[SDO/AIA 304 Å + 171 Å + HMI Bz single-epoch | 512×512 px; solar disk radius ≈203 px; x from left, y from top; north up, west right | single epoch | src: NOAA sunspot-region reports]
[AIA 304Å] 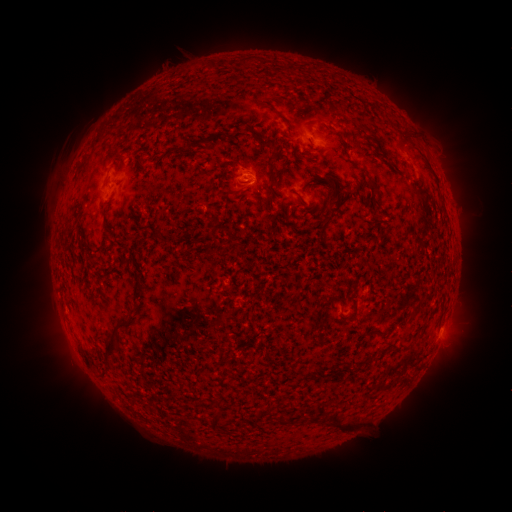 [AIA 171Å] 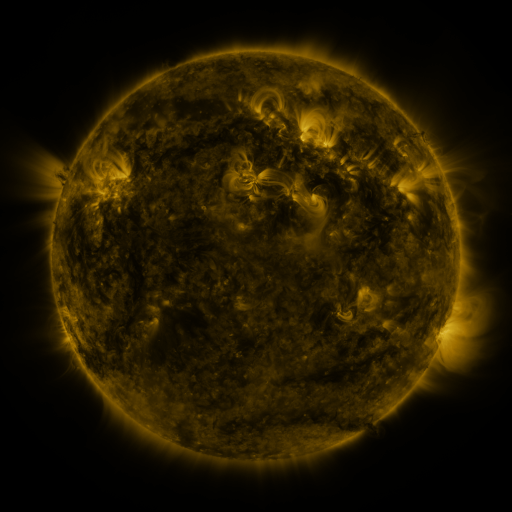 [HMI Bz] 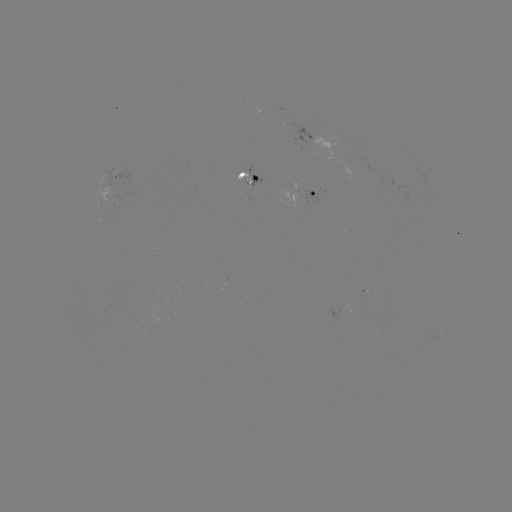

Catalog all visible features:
spotted active region: (311, 137)
spotted active region: (116, 177)
spotted active region: (249, 179)
spotted active region: (311, 193)
spotted active region: (442, 332)
